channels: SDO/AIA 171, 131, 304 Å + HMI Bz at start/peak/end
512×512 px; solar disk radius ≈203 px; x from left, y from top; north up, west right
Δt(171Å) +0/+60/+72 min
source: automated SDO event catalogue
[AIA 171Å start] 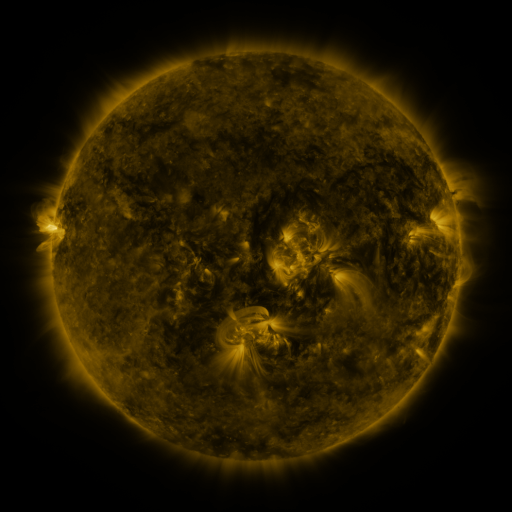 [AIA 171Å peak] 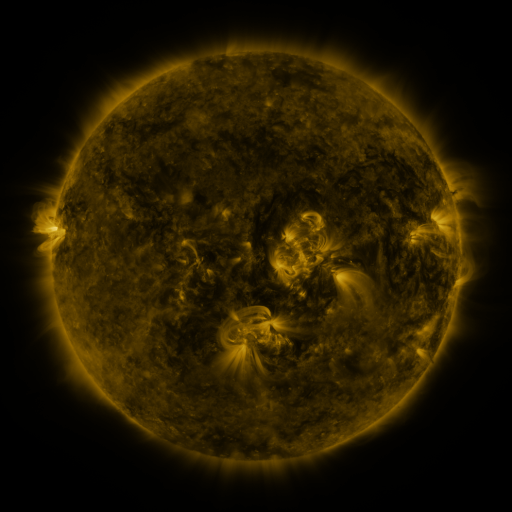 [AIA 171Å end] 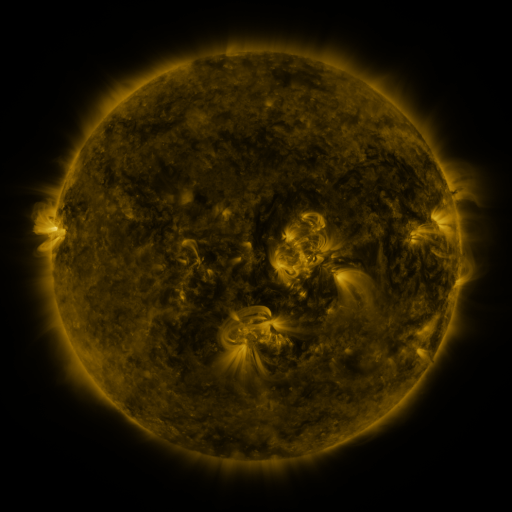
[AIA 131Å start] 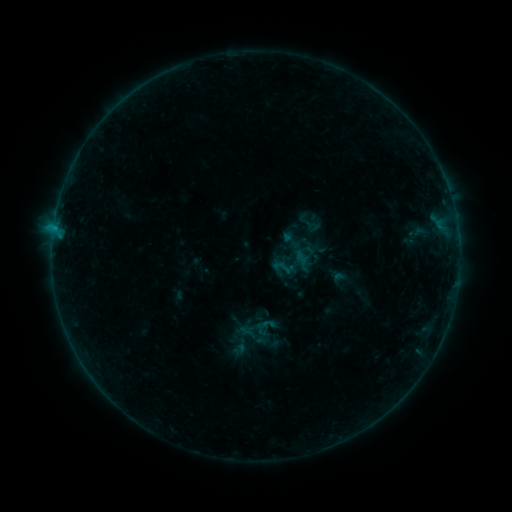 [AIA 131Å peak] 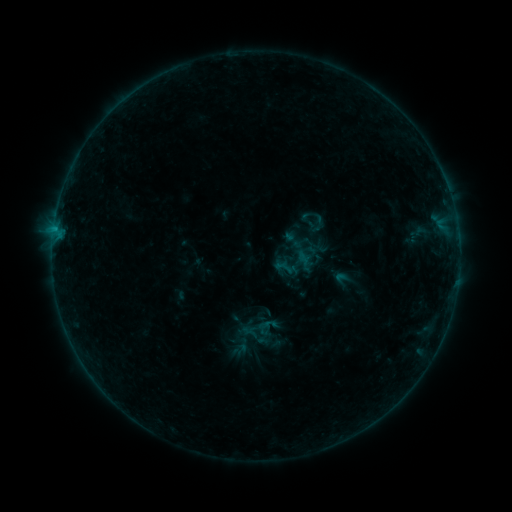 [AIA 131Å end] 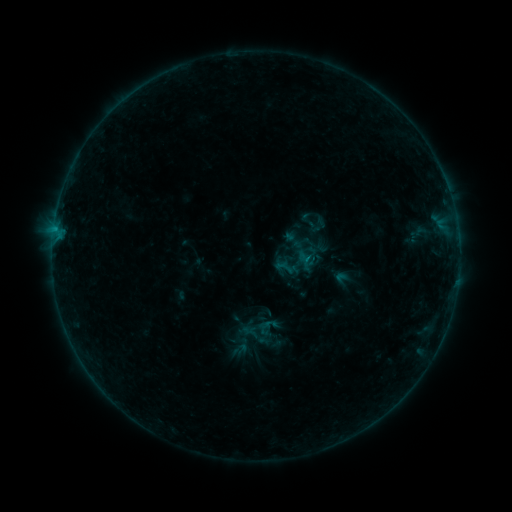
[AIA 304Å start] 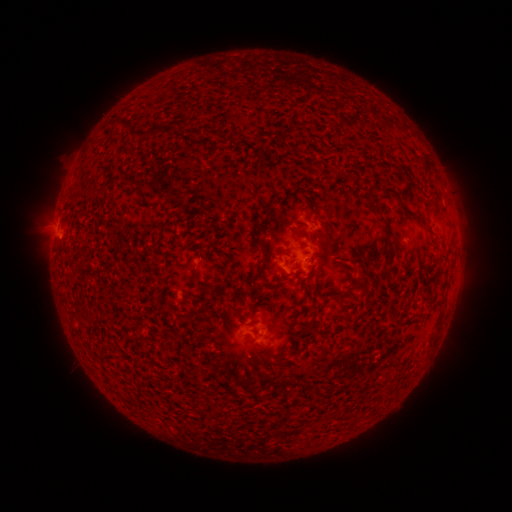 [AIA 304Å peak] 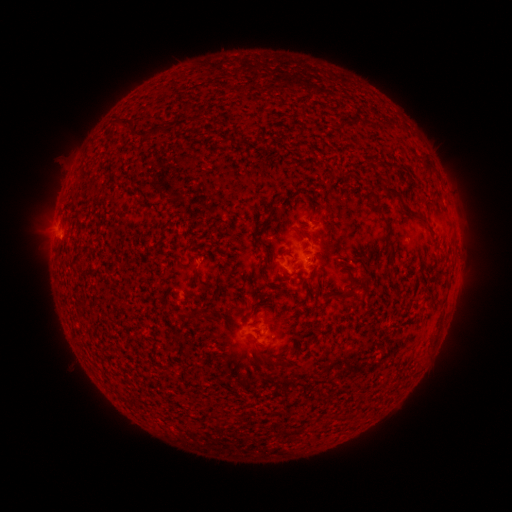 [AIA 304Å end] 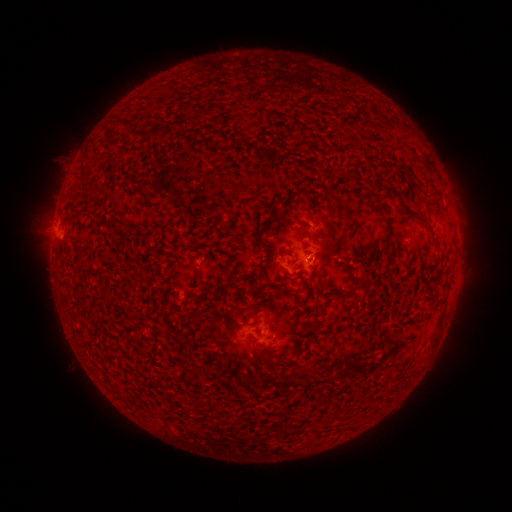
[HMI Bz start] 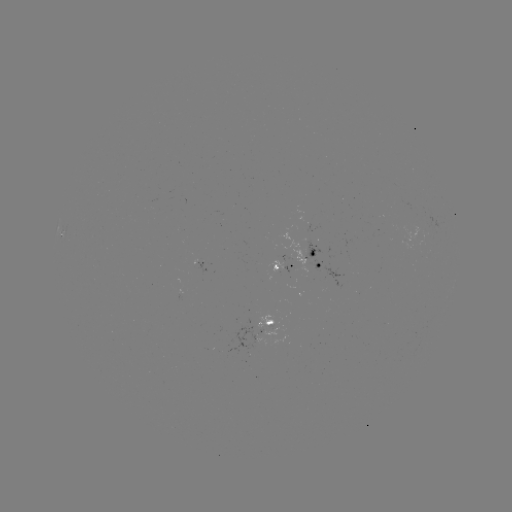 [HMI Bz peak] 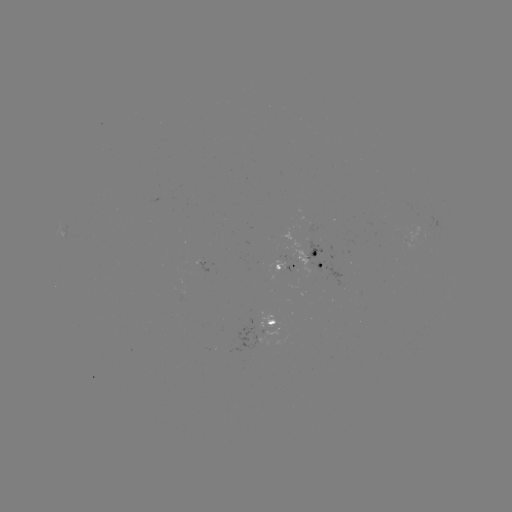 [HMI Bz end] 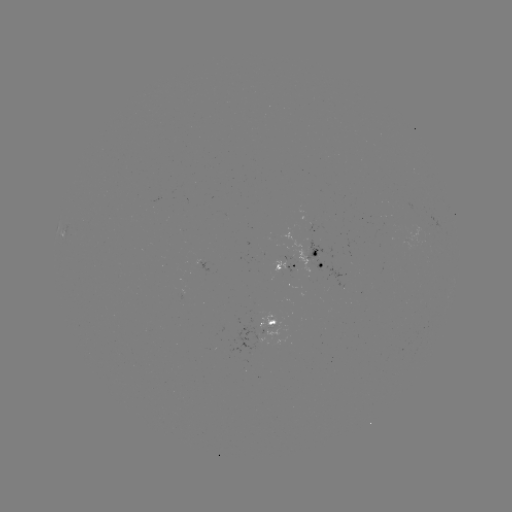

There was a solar emerging-flux region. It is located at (270, 339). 